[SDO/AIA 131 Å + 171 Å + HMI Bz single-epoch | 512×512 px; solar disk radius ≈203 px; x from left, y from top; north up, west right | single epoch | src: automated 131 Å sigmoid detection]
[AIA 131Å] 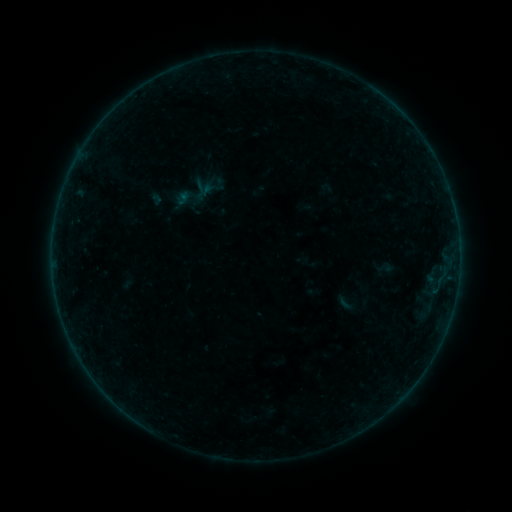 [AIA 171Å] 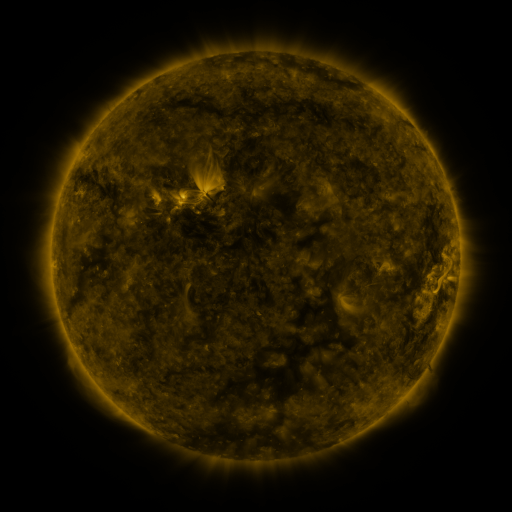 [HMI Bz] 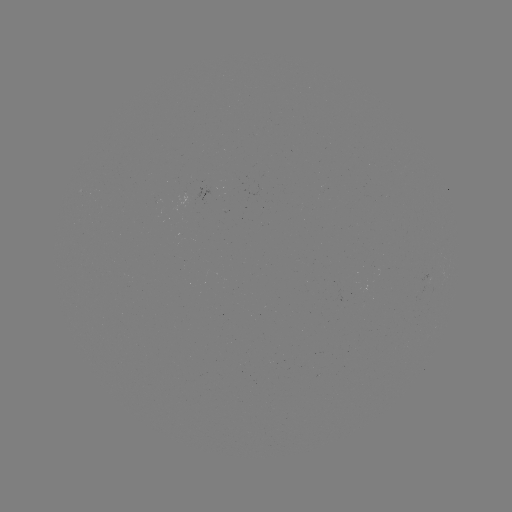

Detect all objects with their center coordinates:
sigmoid: (344, 302)
